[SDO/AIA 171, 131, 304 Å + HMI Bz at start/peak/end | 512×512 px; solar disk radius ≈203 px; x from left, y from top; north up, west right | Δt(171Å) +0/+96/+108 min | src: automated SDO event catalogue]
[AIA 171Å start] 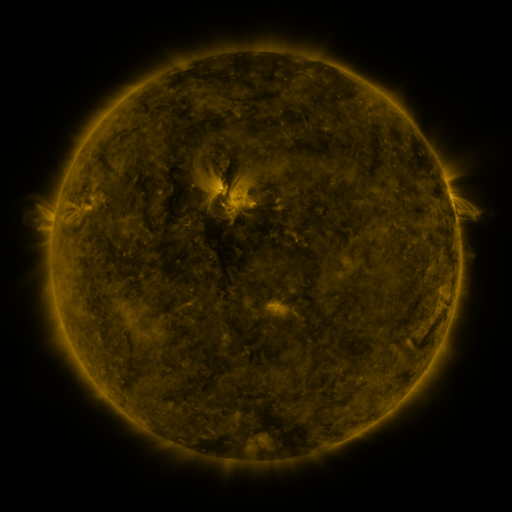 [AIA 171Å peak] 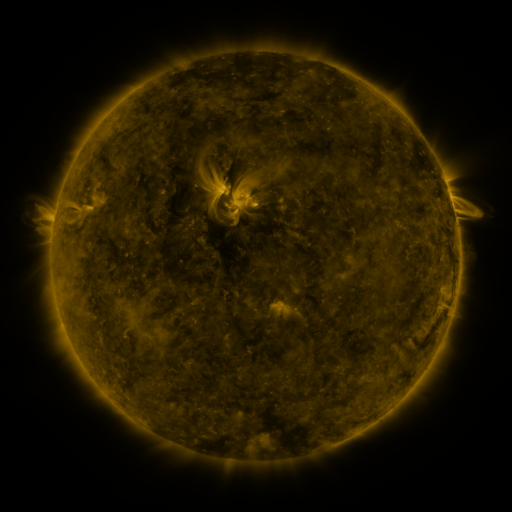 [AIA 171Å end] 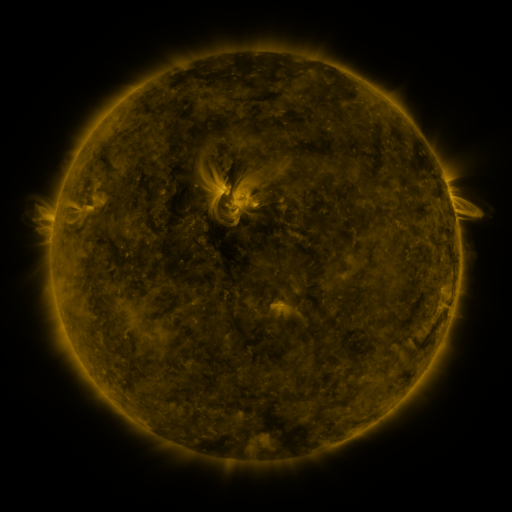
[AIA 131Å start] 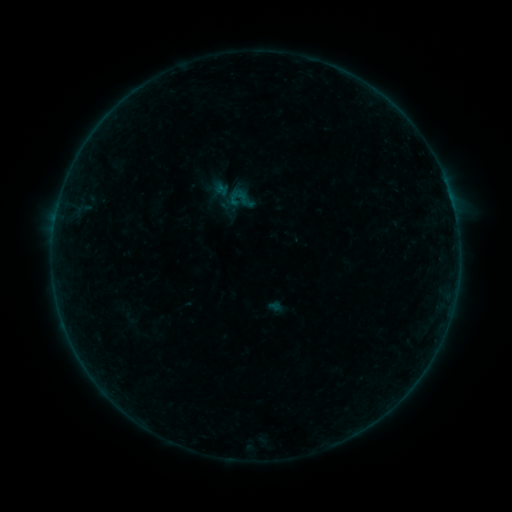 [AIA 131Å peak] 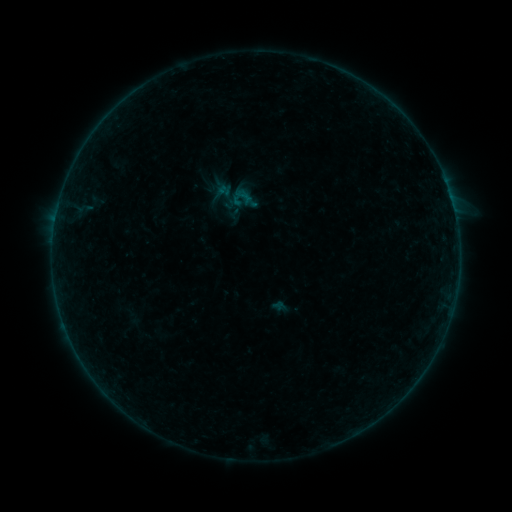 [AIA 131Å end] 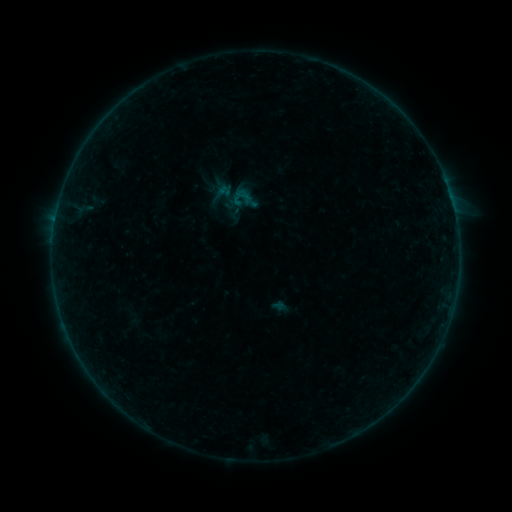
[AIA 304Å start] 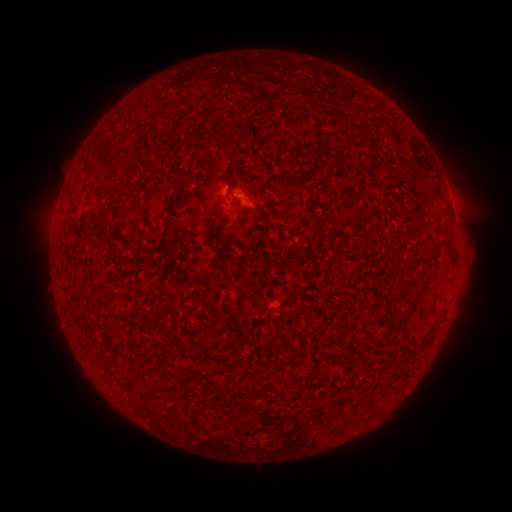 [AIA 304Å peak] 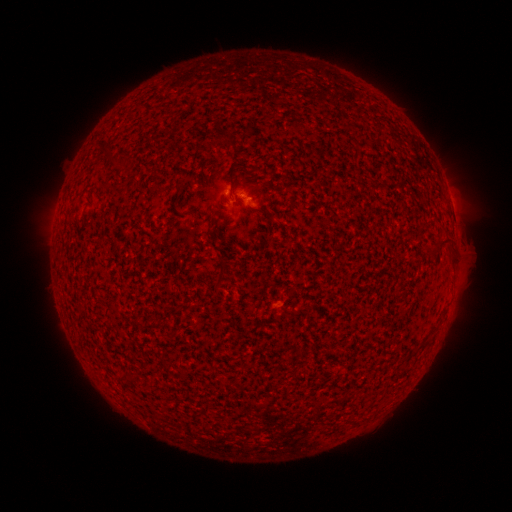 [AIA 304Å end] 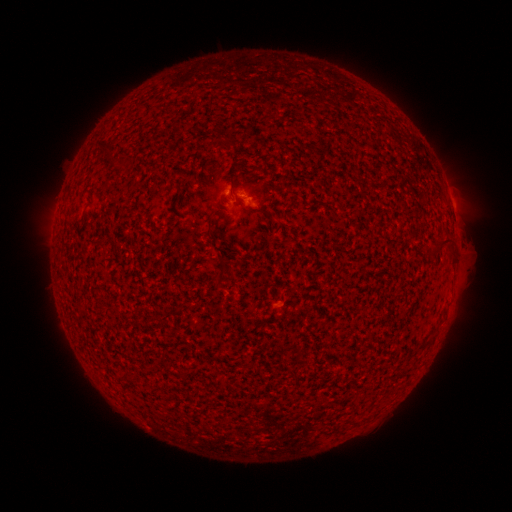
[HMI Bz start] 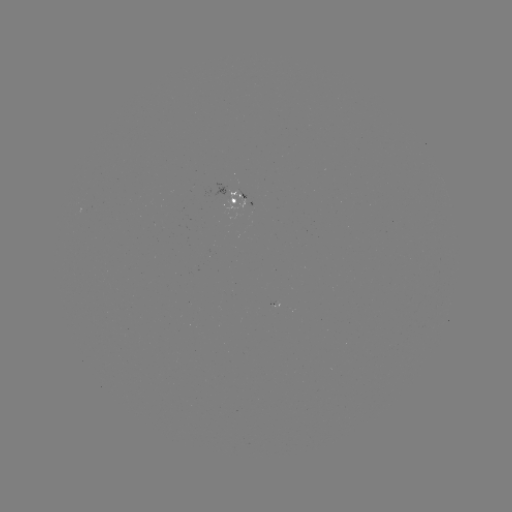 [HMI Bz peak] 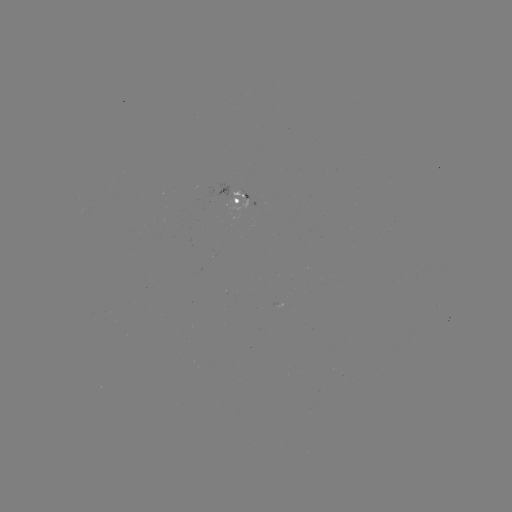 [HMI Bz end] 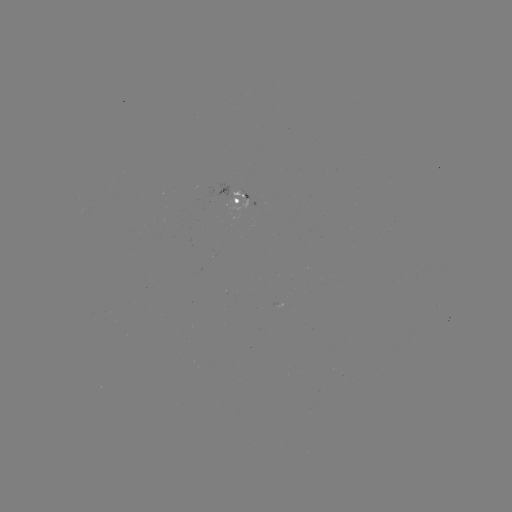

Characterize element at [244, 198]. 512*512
emerging-flux region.